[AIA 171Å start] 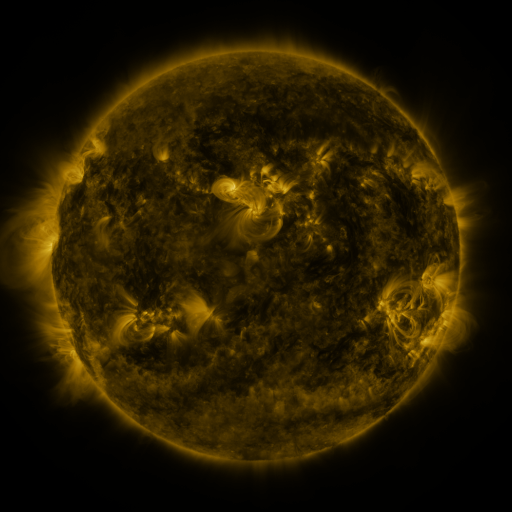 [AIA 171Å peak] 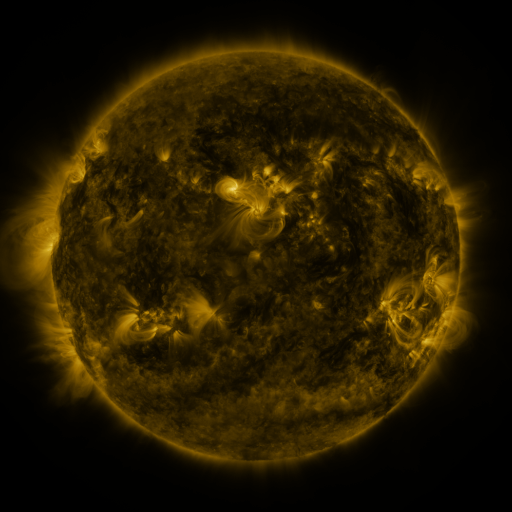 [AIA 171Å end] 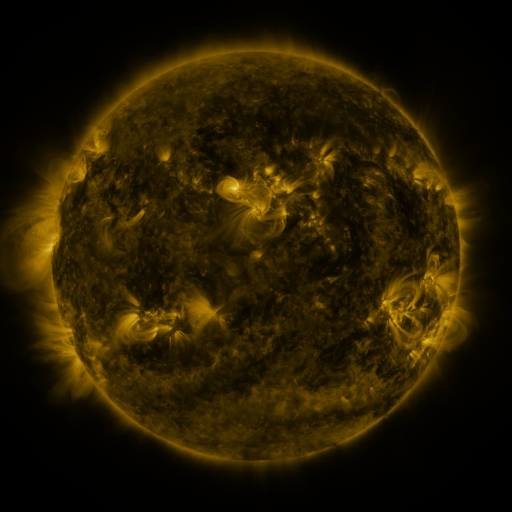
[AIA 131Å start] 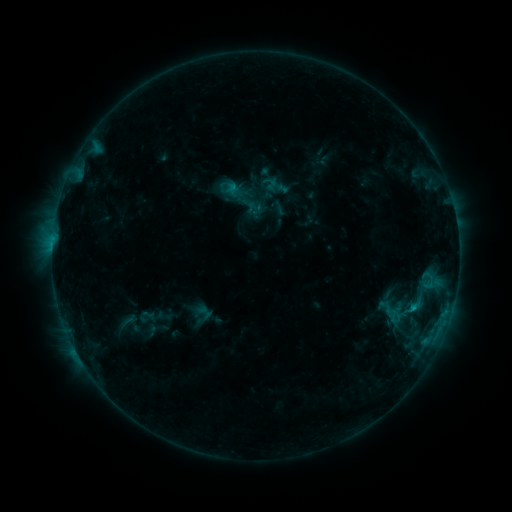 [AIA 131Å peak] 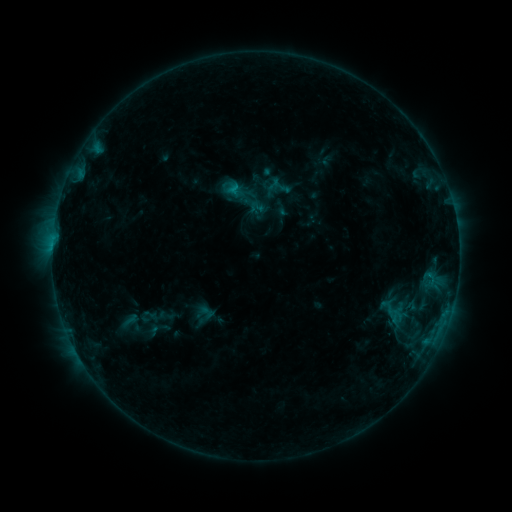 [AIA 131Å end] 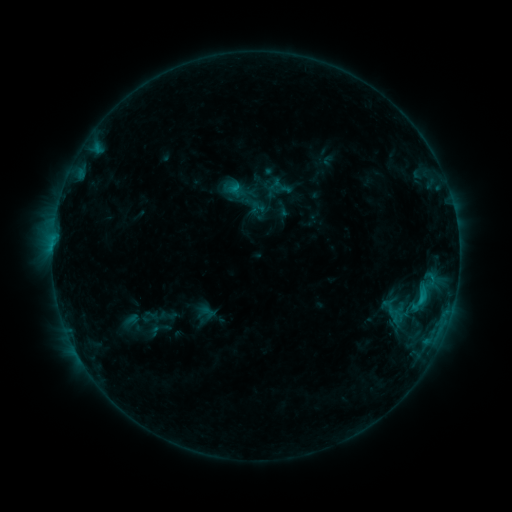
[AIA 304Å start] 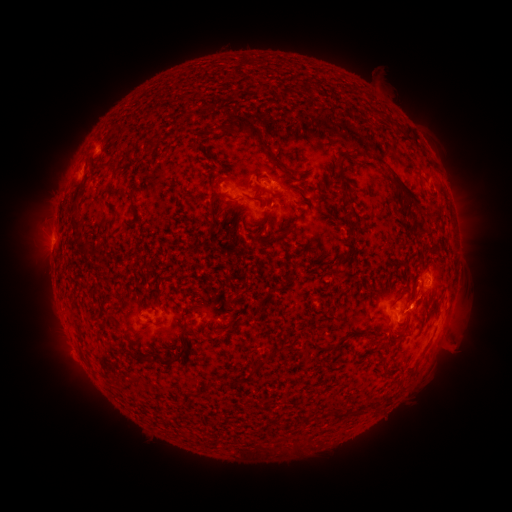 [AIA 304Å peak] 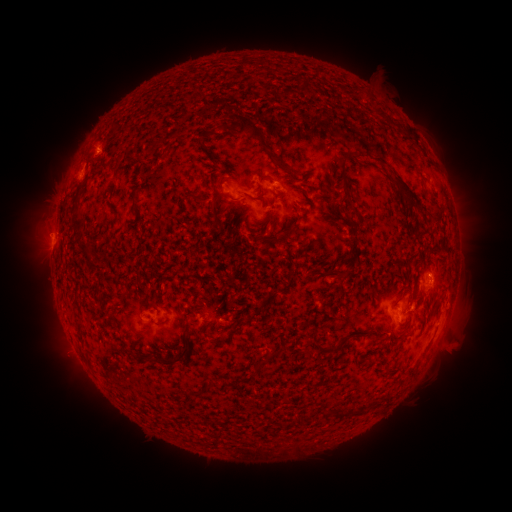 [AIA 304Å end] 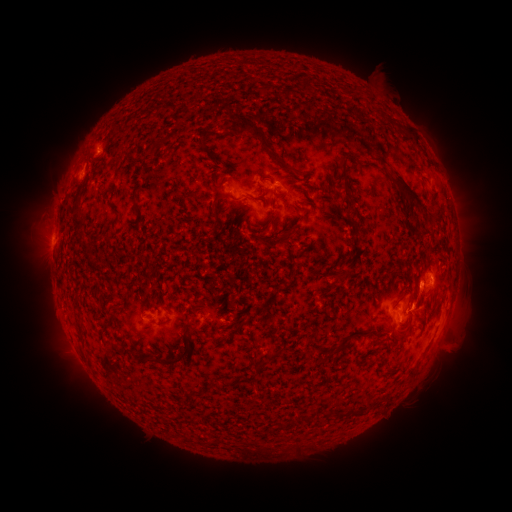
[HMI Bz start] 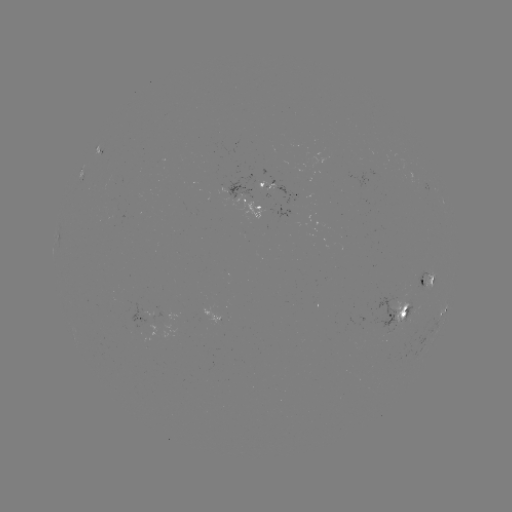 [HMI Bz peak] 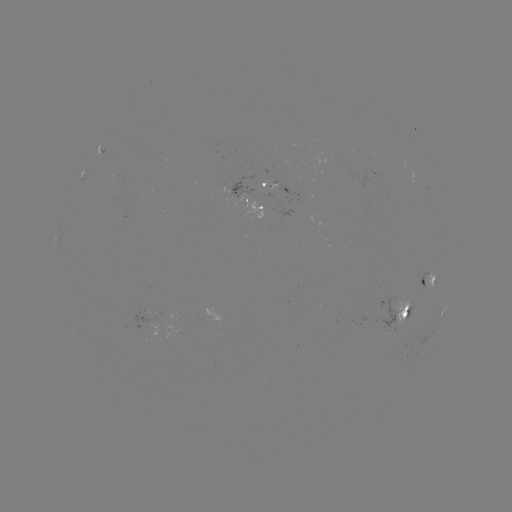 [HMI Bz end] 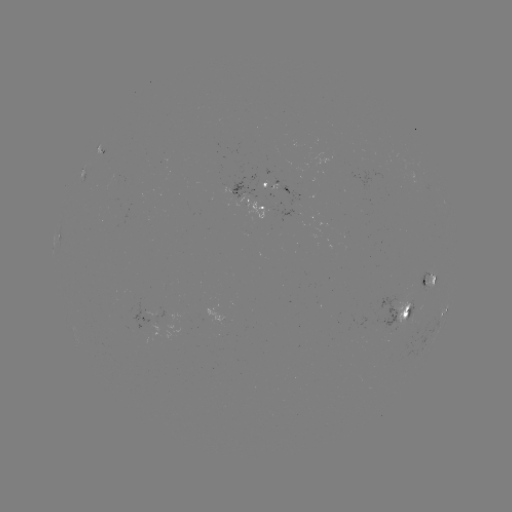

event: emerging-flux region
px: (294, 217)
